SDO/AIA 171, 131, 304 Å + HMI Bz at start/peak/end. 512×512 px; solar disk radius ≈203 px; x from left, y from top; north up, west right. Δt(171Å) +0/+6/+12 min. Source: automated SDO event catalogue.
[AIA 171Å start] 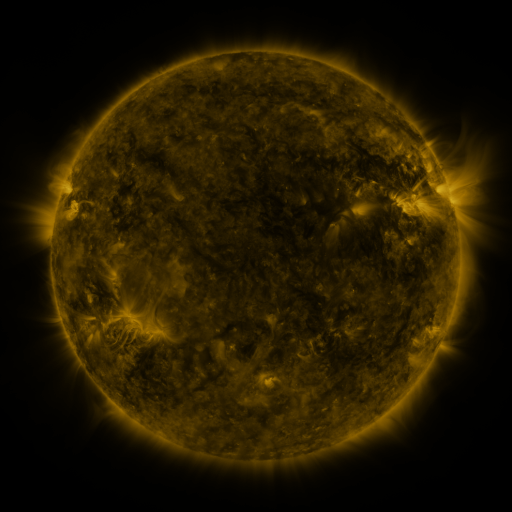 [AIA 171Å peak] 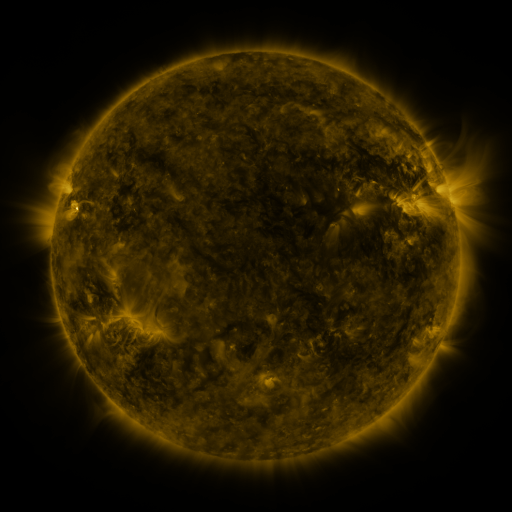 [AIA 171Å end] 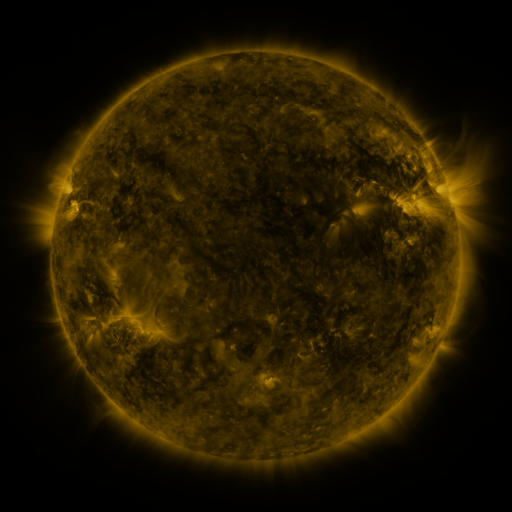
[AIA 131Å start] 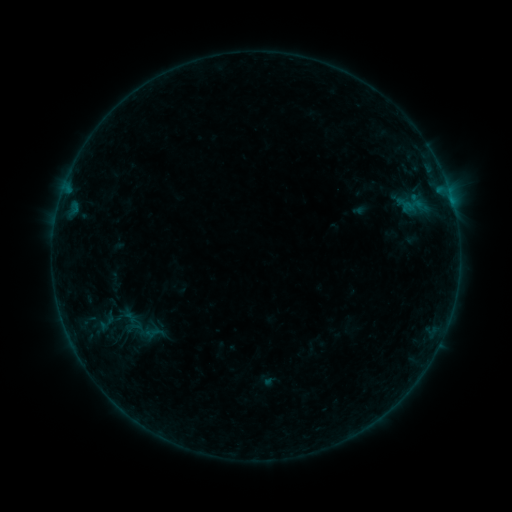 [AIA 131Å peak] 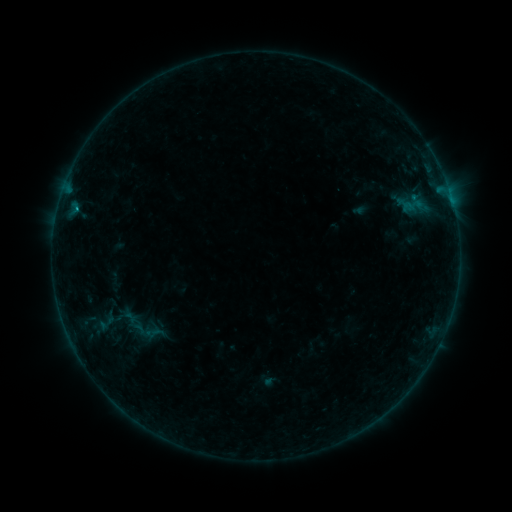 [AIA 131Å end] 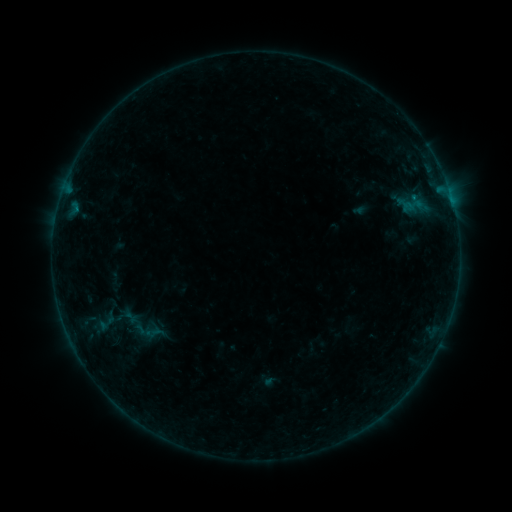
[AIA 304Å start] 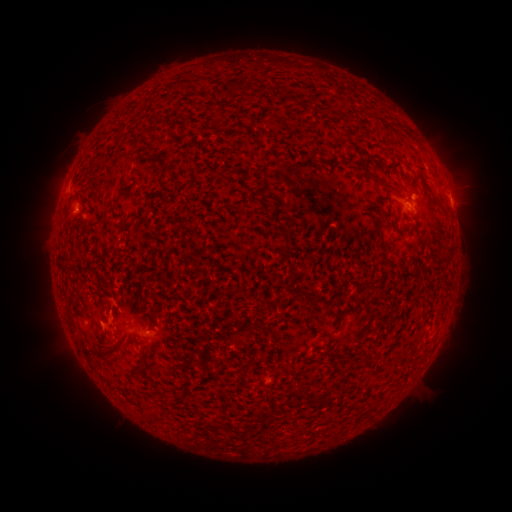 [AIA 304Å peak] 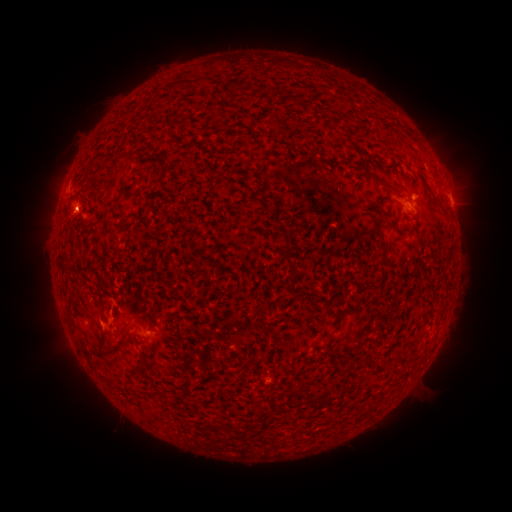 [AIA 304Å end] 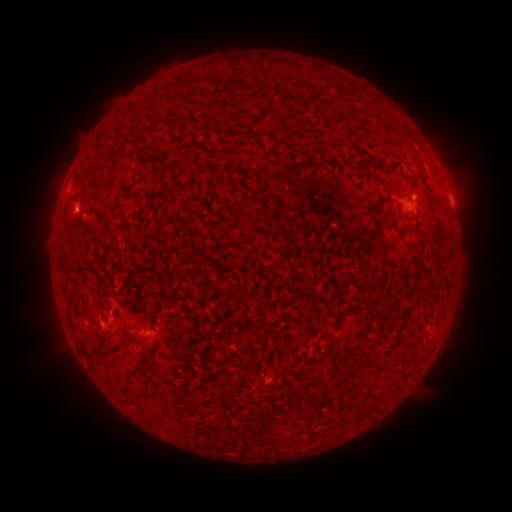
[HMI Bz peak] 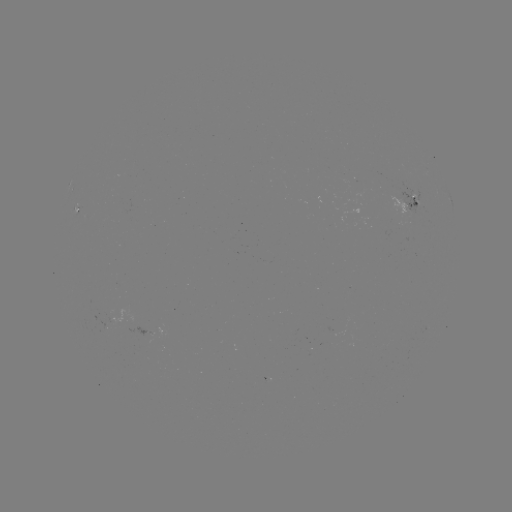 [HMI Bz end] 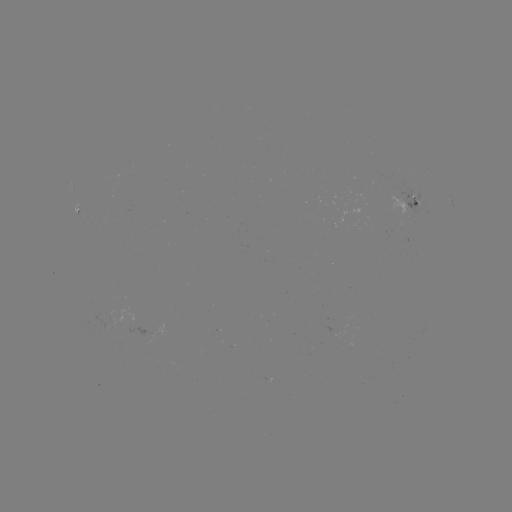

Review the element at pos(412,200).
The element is B3.4 flare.